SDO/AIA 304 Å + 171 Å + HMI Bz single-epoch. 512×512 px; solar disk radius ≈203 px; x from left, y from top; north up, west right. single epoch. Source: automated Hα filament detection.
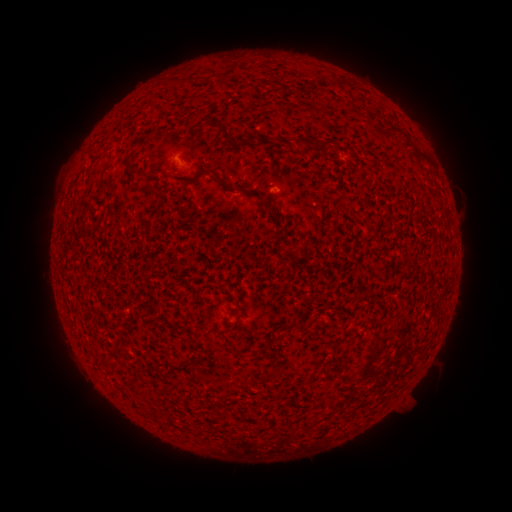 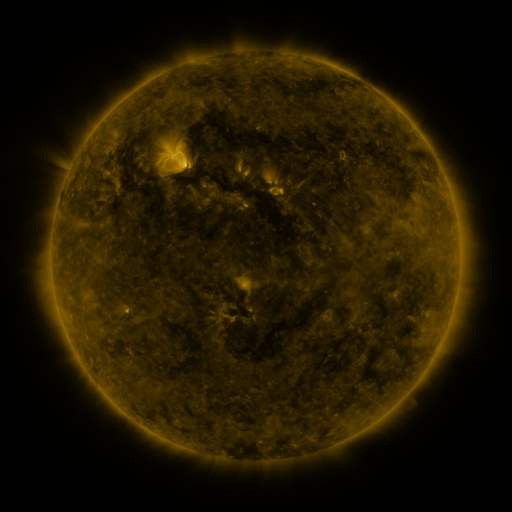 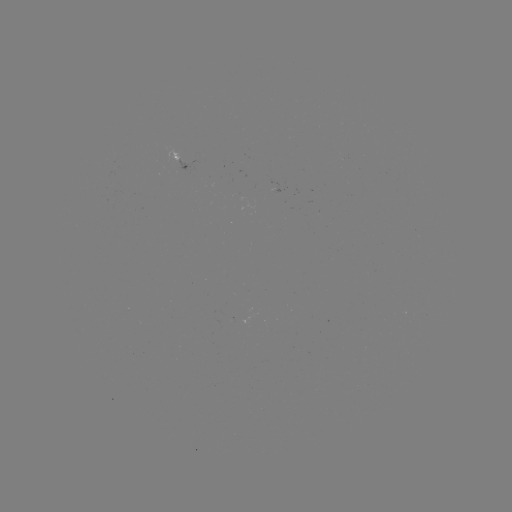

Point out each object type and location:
filament: (178, 82)
filament: (335, 84)
filament: (224, 131)
filament: (308, 141)
filament: (324, 145)
filament: (129, 164)
filament: (213, 172)
filament: (414, 187)
filament: (152, 191)
filament: (251, 193)
filament: (286, 327)
filament: (159, 420)
